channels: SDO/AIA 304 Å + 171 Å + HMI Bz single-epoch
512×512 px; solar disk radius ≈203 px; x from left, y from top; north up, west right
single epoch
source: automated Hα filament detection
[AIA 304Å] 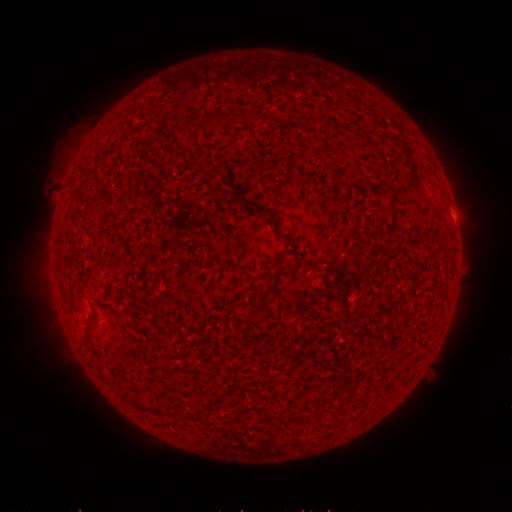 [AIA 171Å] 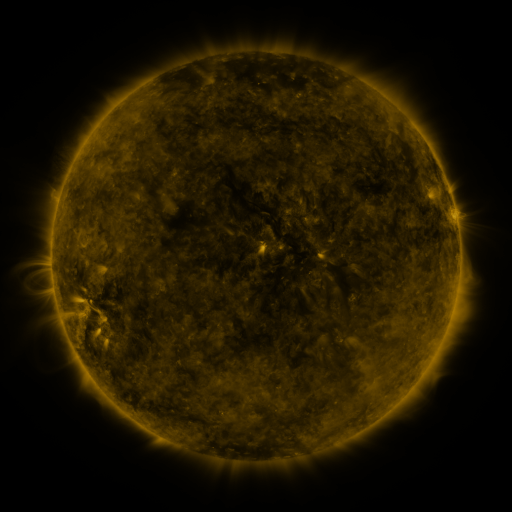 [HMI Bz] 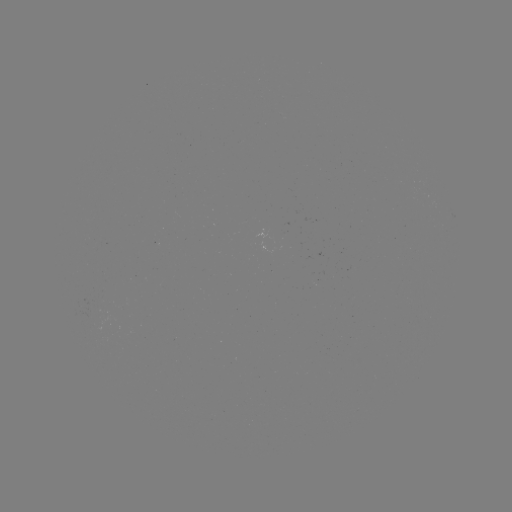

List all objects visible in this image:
filament: <bbox>206, 113, 217, 128</bbox>
filament: <bbox>183, 121, 194, 132</bbox>
filament: <bbox>230, 181, 289, 240</bbox>
filament: <bbox>377, 204, 389, 213</bbox>
filament: <bbox>57, 238, 94, 364</bbox>
filament: <bbox>259, 289, 271, 297</bbox>
filament: <bbox>108, 302, 132, 332</bbox>
filament: <bbox>245, 310, 257, 319</bbox>
filament: <bbox>88, 314, 103, 331</bbox>
filament: <bbox>143, 324, 157, 342</bbox>
filament: <bbox>158, 353, 181, 380</bbox>
filament: <bbox>163, 377, 178, 396</bbox>
filament: <bbox>136, 398, 166, 416</bbox>
